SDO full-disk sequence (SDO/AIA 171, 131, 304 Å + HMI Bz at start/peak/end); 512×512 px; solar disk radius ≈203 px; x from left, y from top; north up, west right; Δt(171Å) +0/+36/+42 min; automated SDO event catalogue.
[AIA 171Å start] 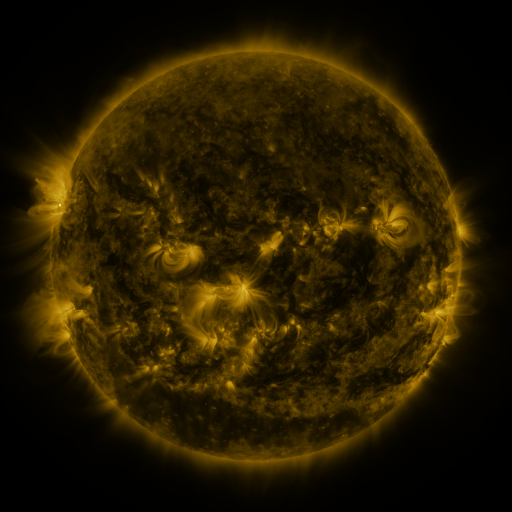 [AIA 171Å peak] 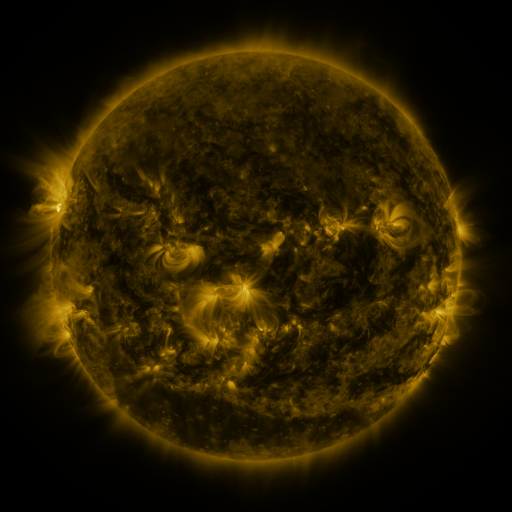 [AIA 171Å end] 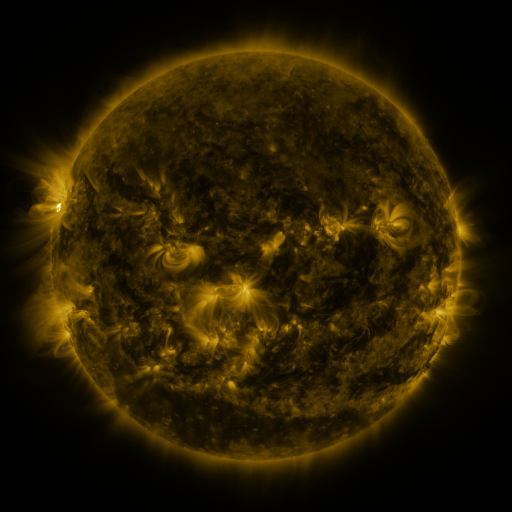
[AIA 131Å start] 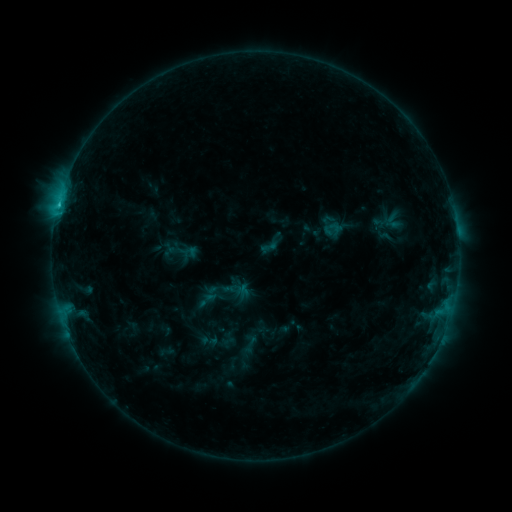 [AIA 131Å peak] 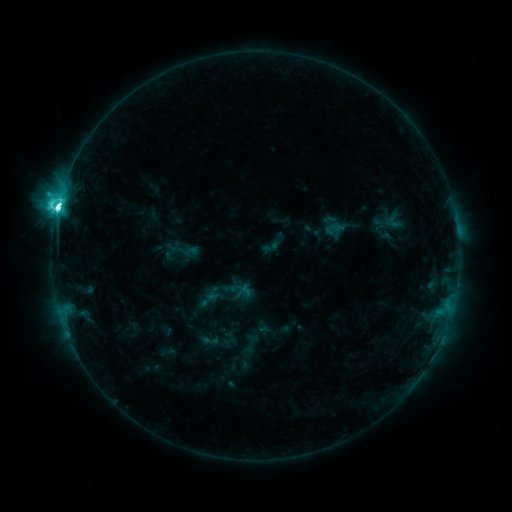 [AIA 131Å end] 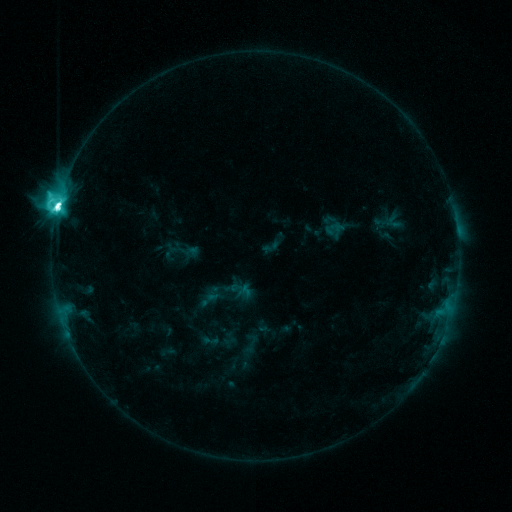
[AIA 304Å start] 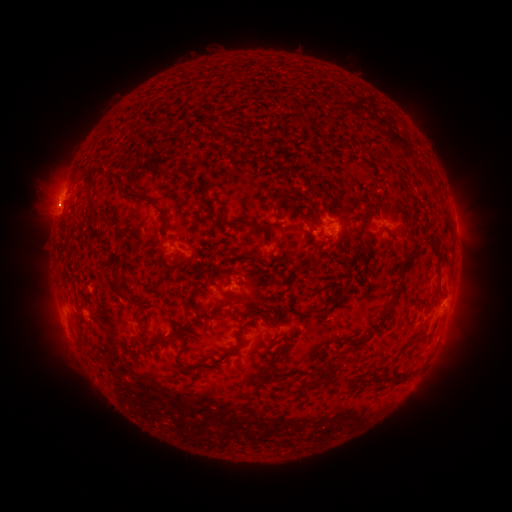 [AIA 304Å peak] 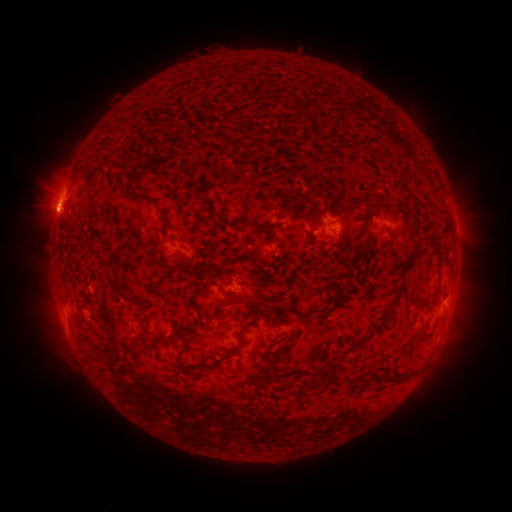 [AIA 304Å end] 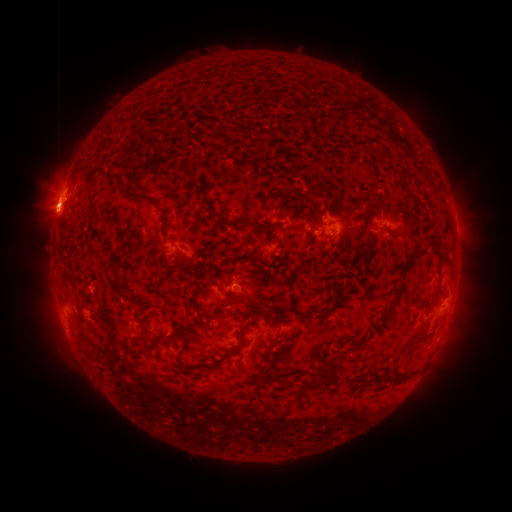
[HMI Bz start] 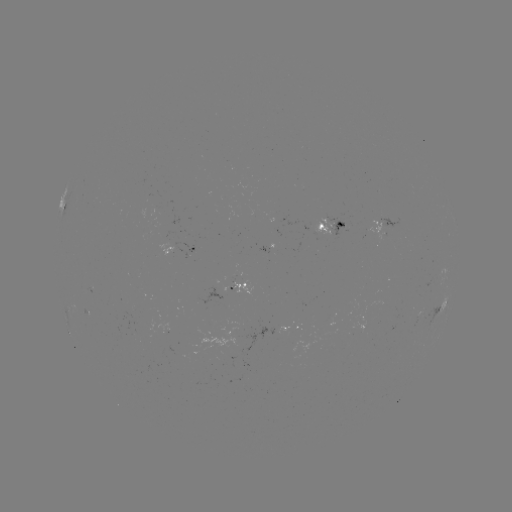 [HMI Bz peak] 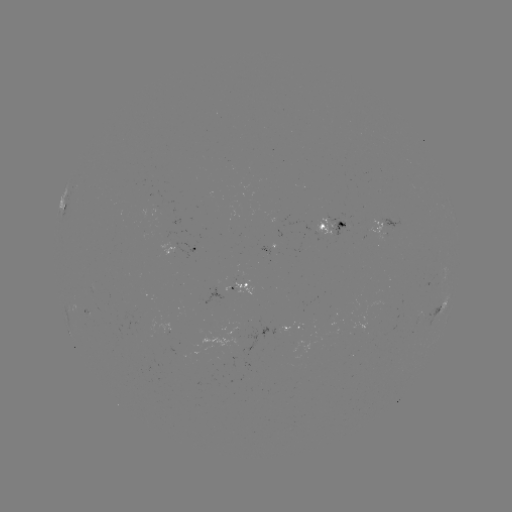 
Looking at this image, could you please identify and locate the M2.6 flare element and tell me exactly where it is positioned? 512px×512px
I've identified M2.6 flare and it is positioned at (58, 210).